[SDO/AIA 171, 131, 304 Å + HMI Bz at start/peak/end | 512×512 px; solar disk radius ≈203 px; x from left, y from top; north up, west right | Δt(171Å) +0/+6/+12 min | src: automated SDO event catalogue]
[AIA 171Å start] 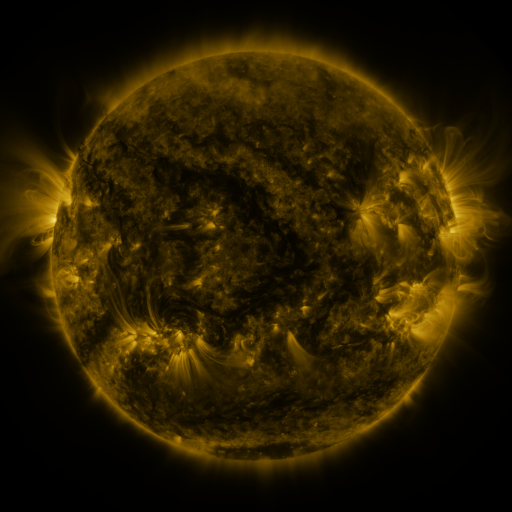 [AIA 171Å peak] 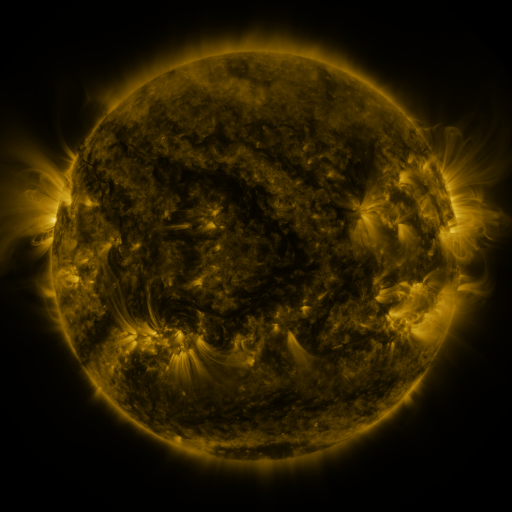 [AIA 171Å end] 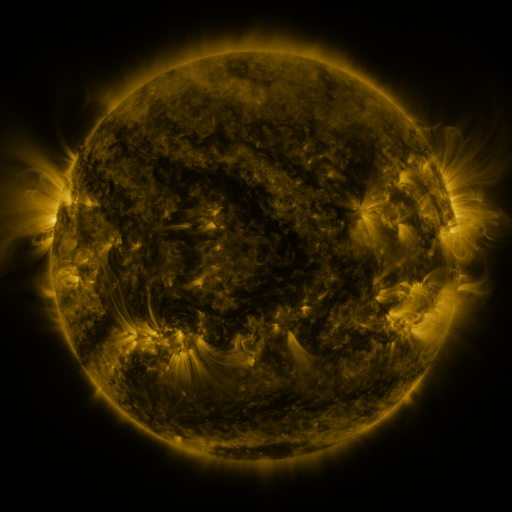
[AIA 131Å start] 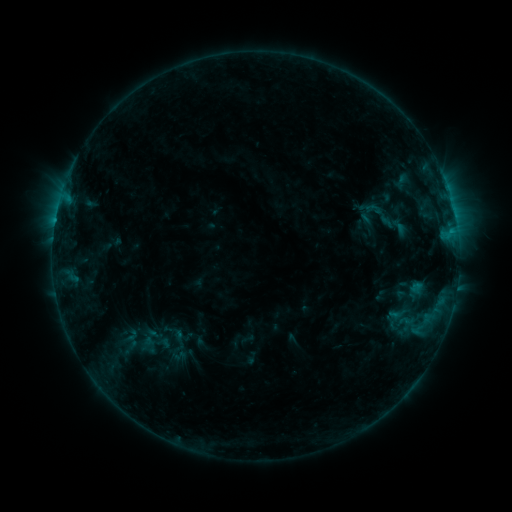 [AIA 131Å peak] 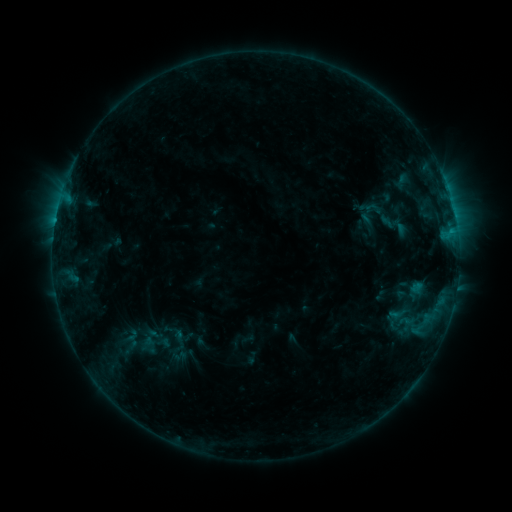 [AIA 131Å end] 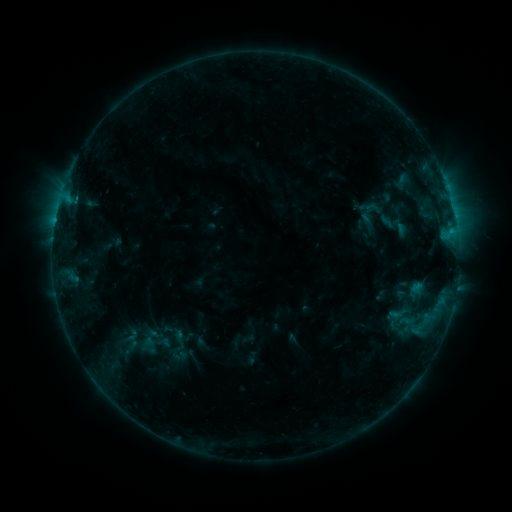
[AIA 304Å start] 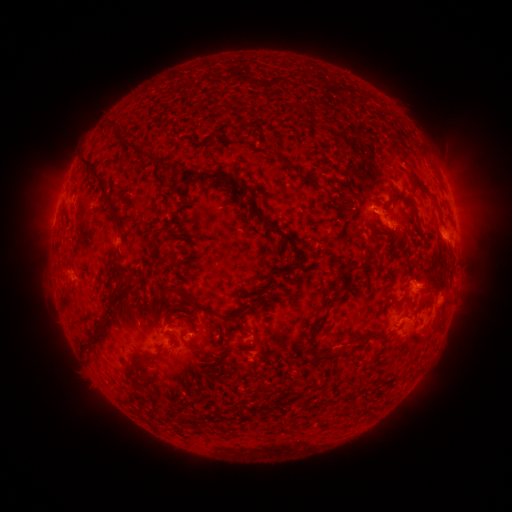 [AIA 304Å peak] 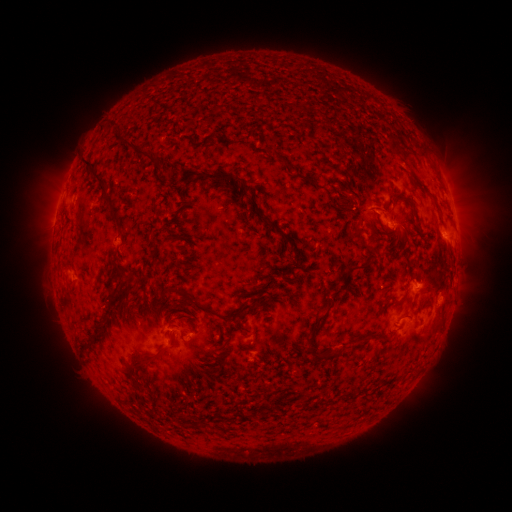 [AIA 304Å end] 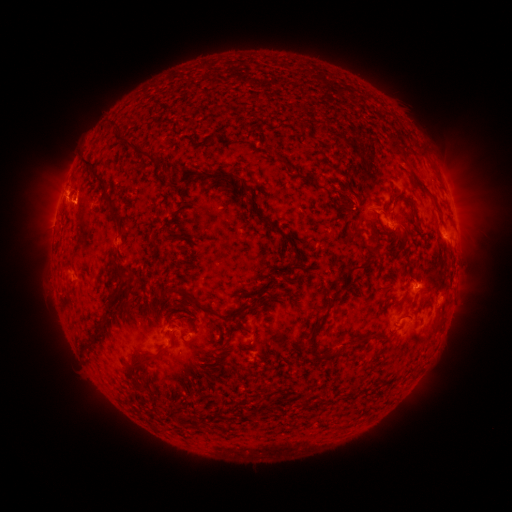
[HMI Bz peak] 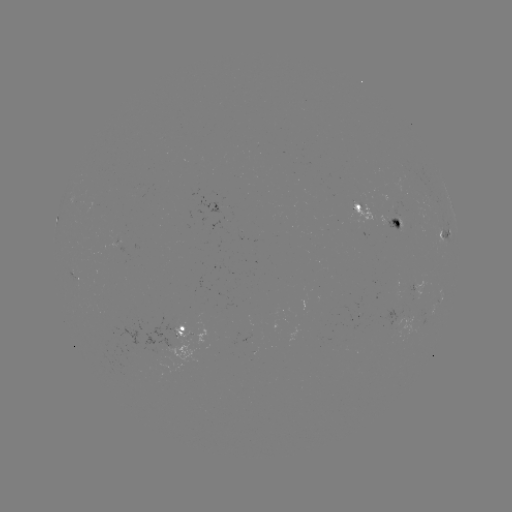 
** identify eruption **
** (74, 196) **